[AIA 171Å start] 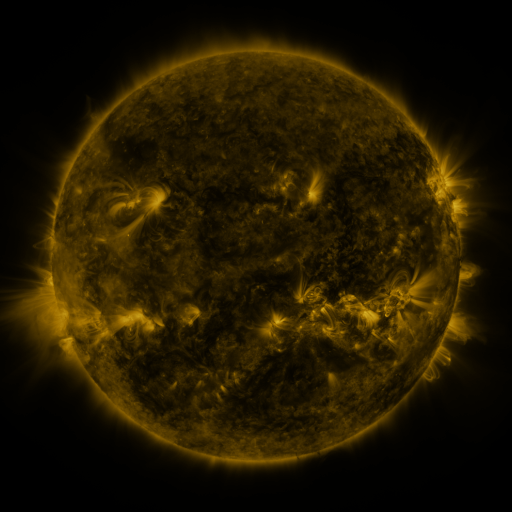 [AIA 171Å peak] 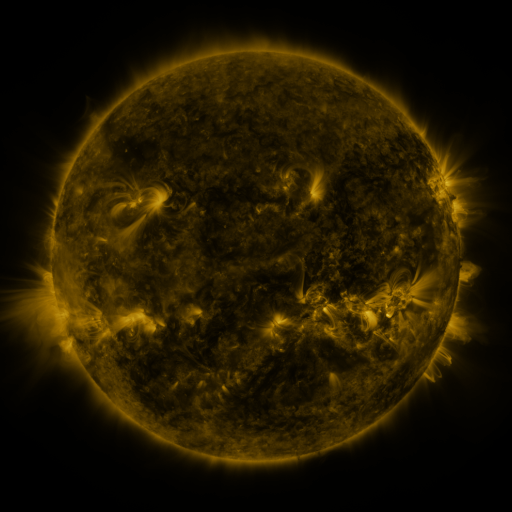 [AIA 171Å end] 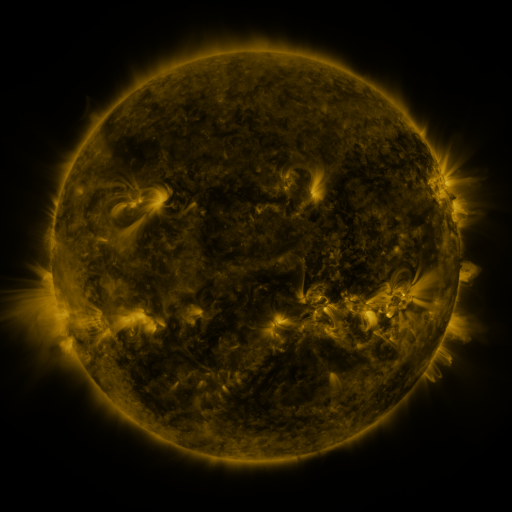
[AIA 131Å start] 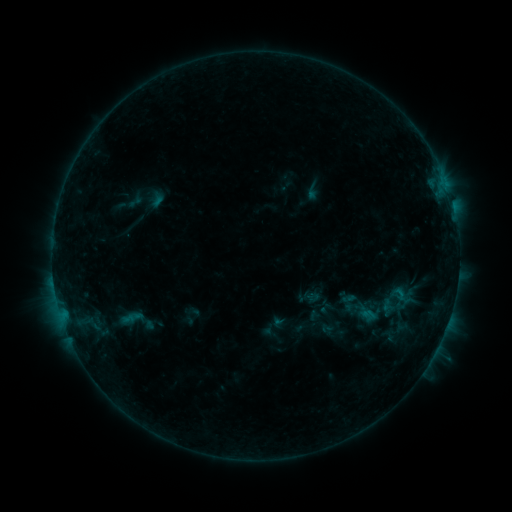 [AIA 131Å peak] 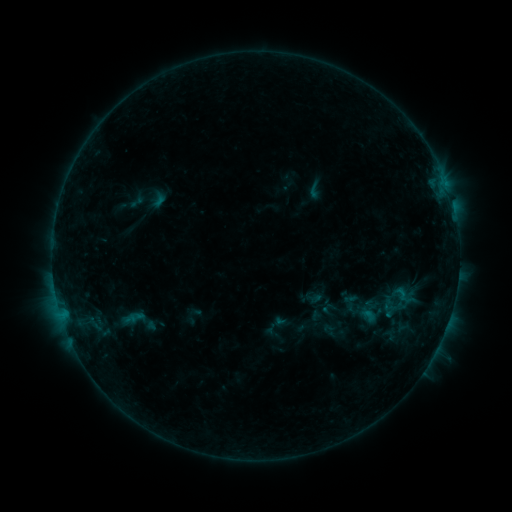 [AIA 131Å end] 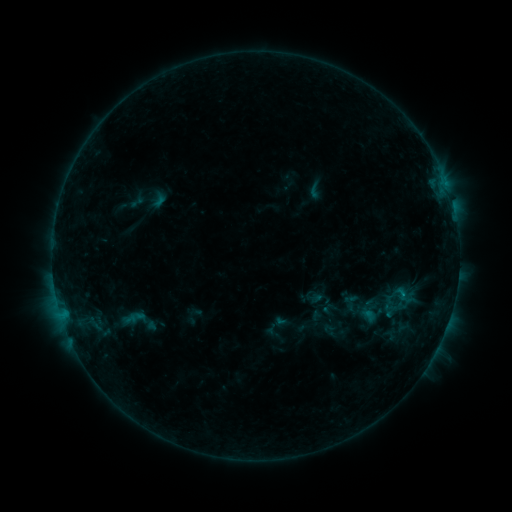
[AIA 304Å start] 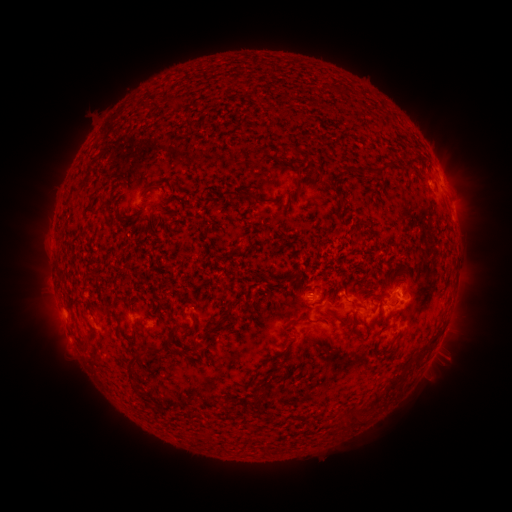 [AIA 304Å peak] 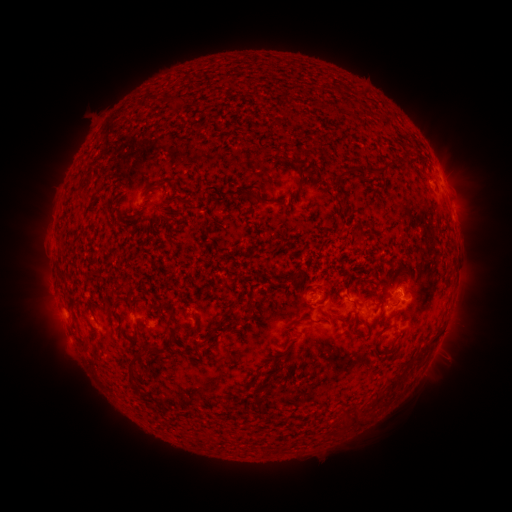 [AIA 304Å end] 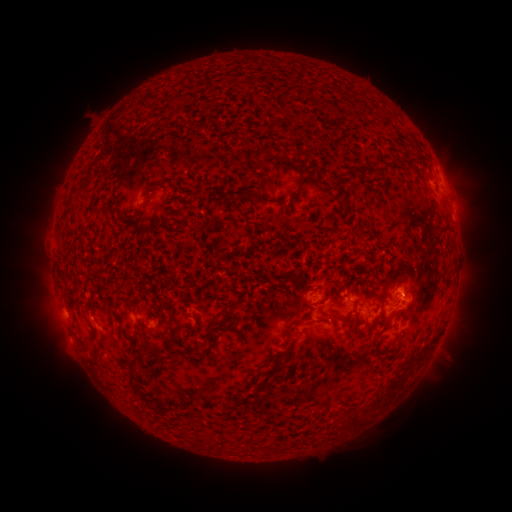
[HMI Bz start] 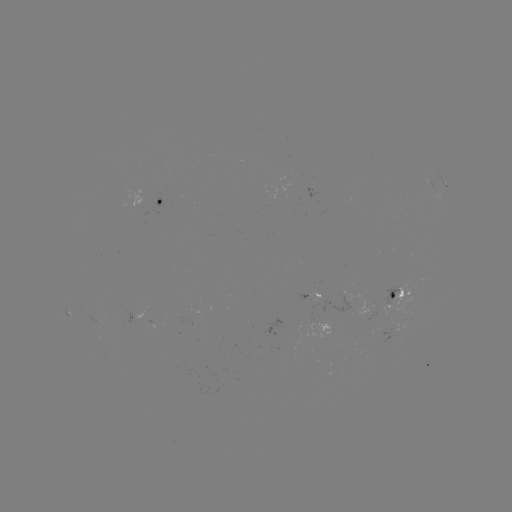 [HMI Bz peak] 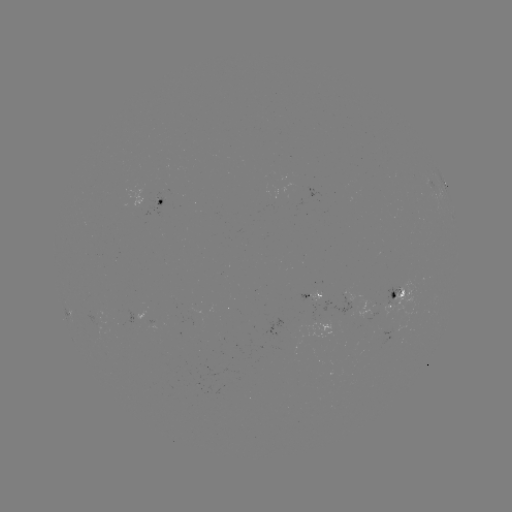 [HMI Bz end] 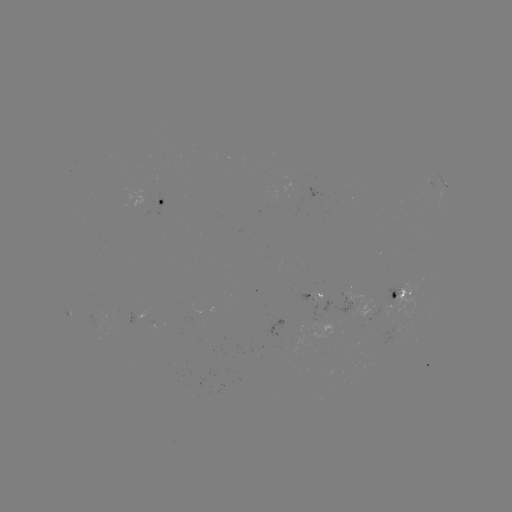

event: emerging-flux region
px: (97, 315)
